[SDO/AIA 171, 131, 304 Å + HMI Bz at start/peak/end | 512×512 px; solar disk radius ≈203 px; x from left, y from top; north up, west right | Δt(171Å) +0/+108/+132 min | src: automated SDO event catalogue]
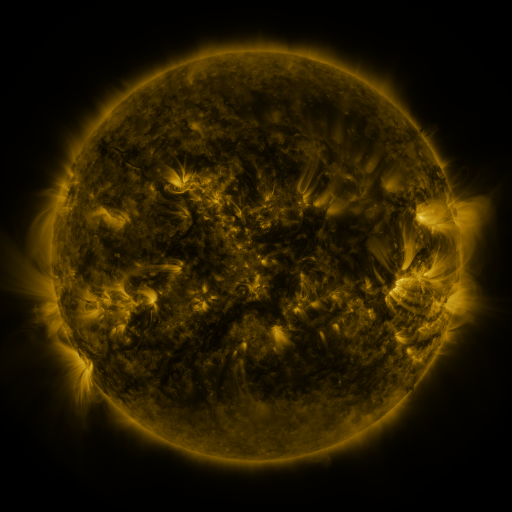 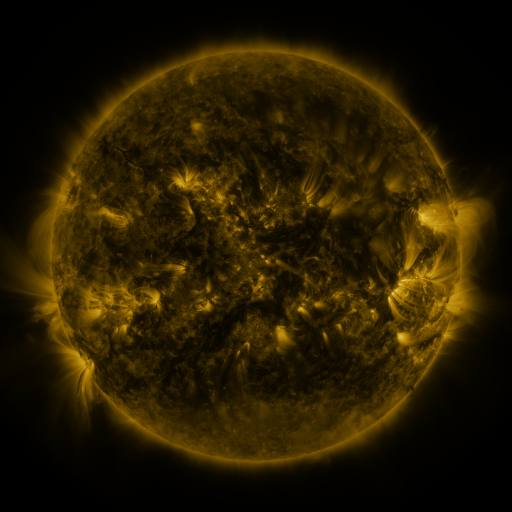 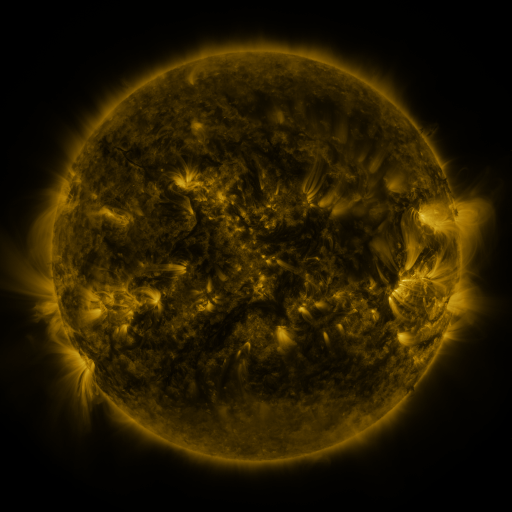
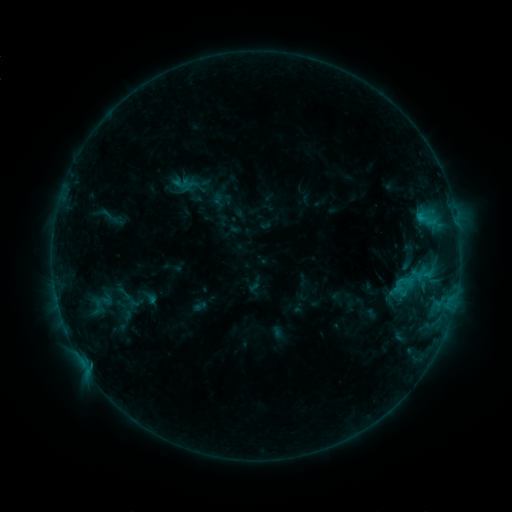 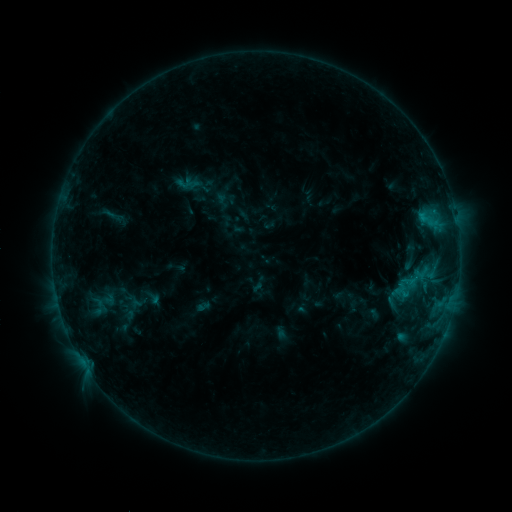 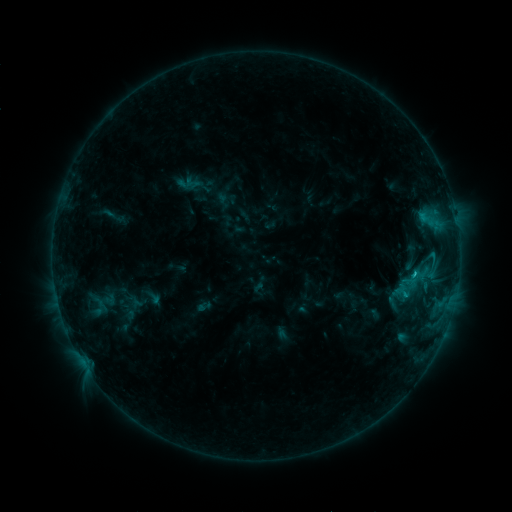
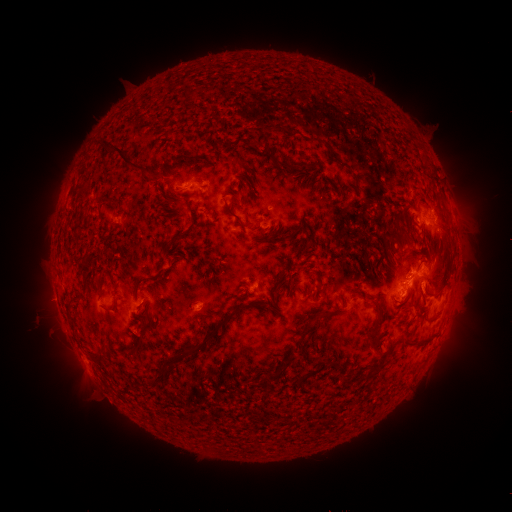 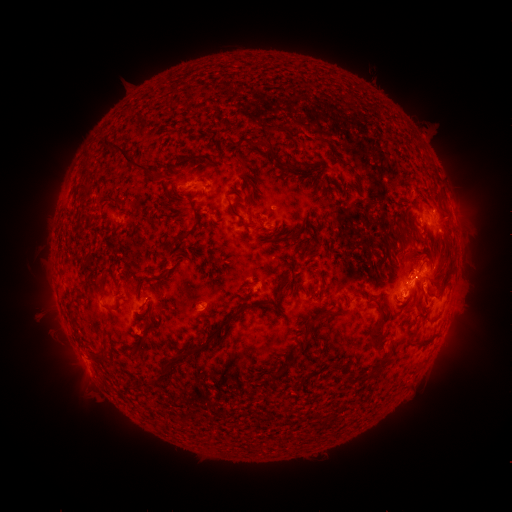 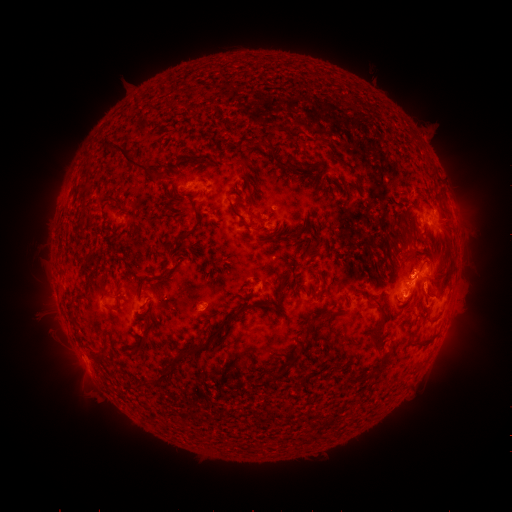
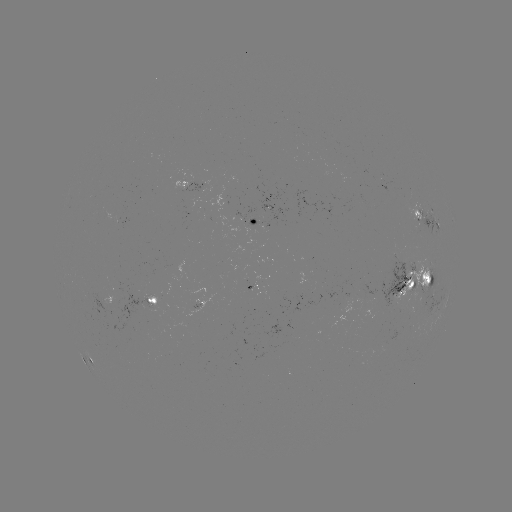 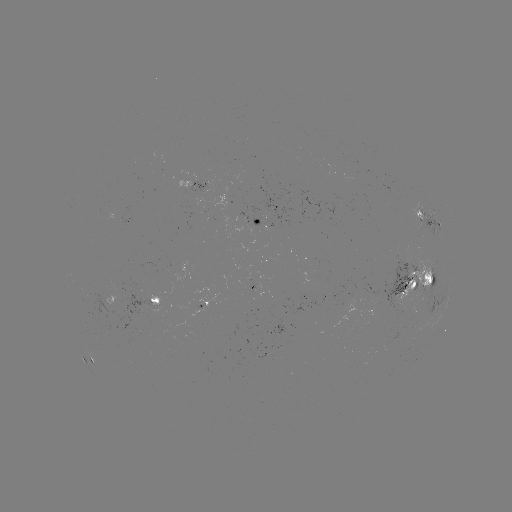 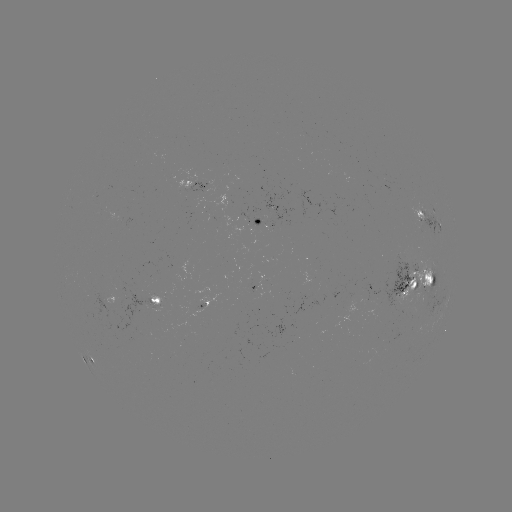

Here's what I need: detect emerging-flux region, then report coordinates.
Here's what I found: emerging-flux region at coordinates (410, 289).